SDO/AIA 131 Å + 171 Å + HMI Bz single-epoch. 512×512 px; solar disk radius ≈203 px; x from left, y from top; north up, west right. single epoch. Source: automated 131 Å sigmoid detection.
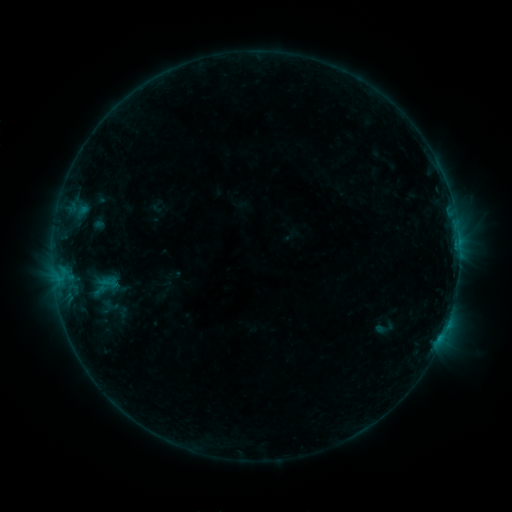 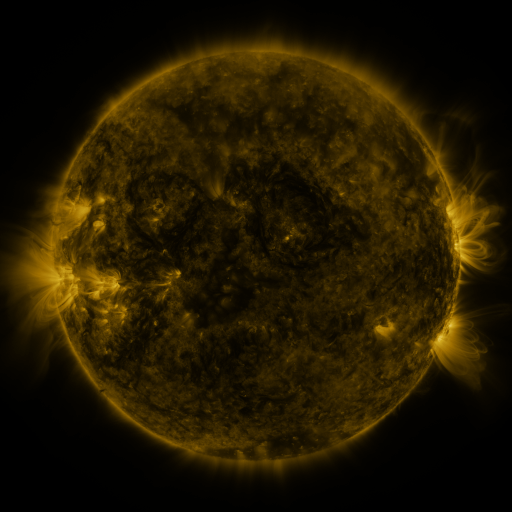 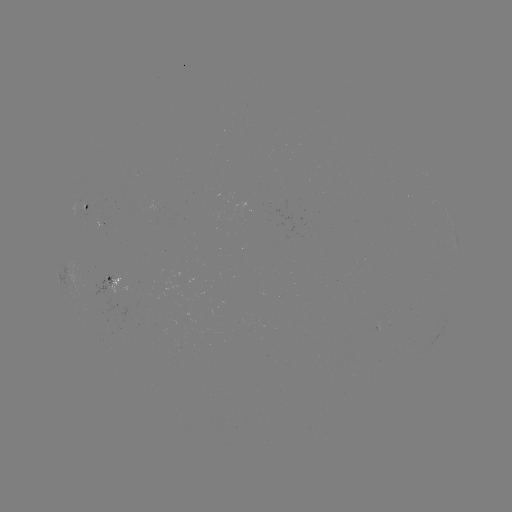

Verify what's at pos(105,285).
sigmoid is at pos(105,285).